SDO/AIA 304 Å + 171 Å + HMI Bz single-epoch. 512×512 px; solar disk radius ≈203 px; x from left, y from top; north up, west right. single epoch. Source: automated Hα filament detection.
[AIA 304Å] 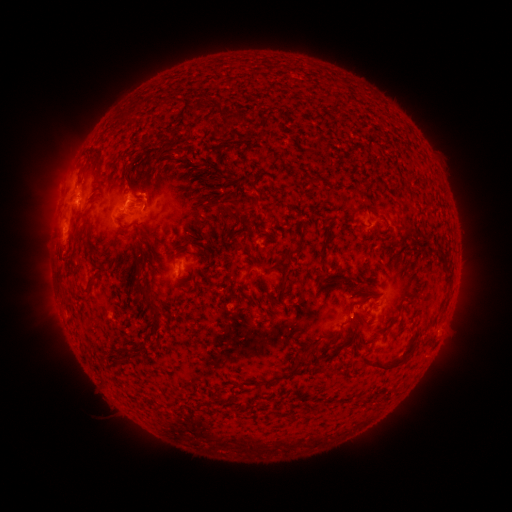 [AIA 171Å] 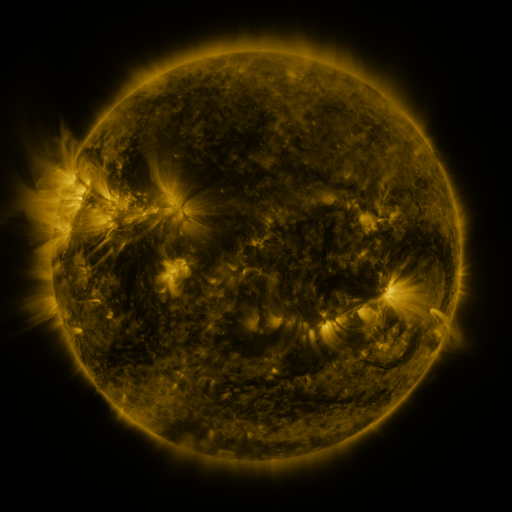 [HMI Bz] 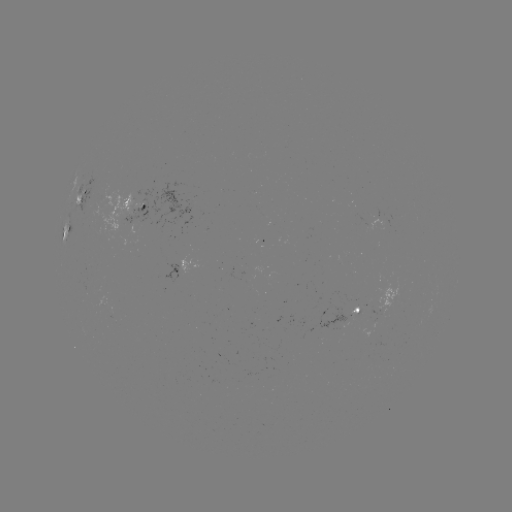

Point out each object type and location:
filament: (190, 100, 204, 115)
filament: (224, 113, 244, 123)
filament: (211, 129, 222, 140)
filament: (180, 157, 191, 165)
filament: (226, 197, 241, 210)
filament: (200, 199, 214, 211)
filament: (365, 205, 379, 215)
filament: (229, 211, 238, 222)
filament: (400, 213, 407, 226)
filament: (118, 225, 131, 234)
filament: (141, 230, 158, 254)
filament: (278, 240, 303, 264)
filament: (235, 243, 245, 254)
filament: (436, 250, 453, 290)
filament: (131, 265, 165, 321)
filament: (279, 273, 289, 299)
filament: (324, 274, 353, 285)
filament: (87, 281, 97, 293)
filament: (348, 298, 360, 313)
filament: (329, 328, 343, 338)
filament: (362, 334, 422, 369)
filament: (119, 351, 135, 369)
